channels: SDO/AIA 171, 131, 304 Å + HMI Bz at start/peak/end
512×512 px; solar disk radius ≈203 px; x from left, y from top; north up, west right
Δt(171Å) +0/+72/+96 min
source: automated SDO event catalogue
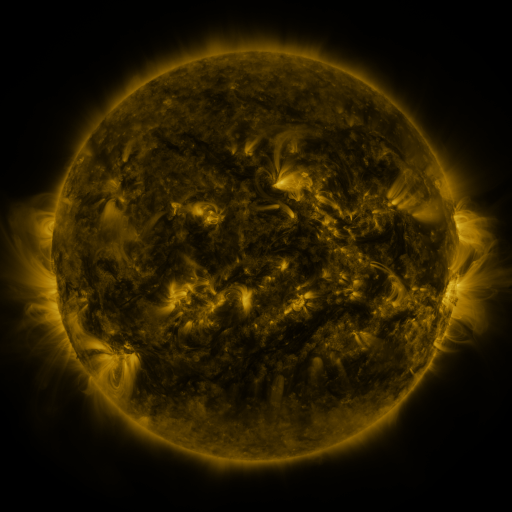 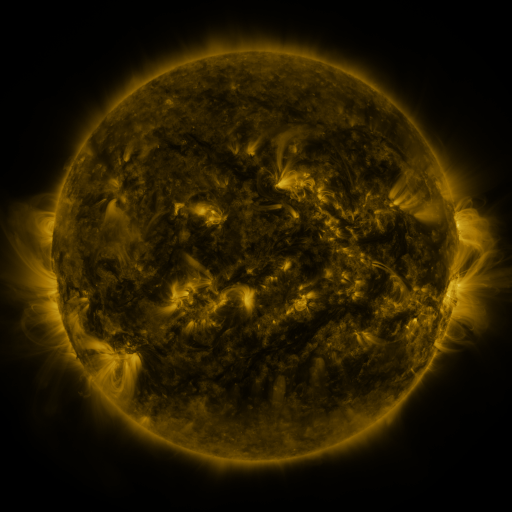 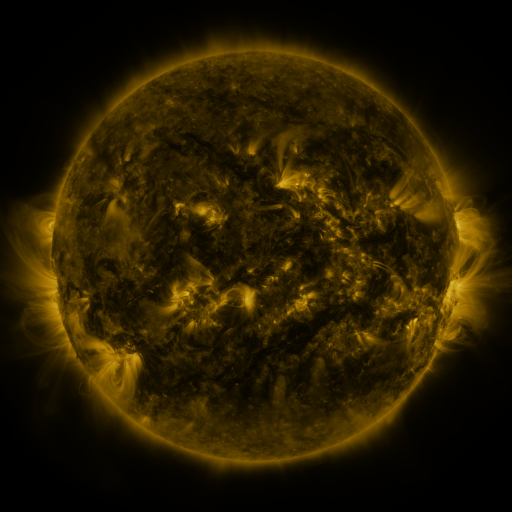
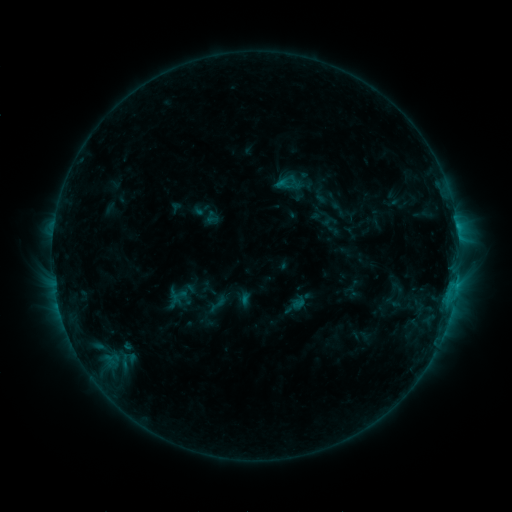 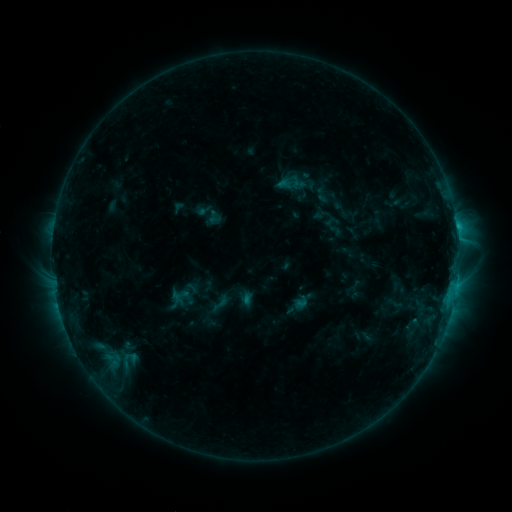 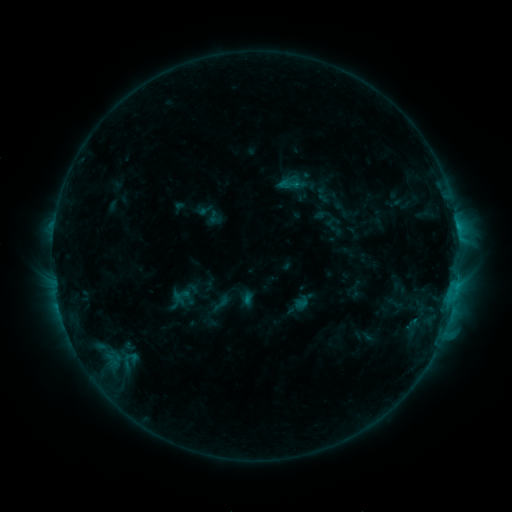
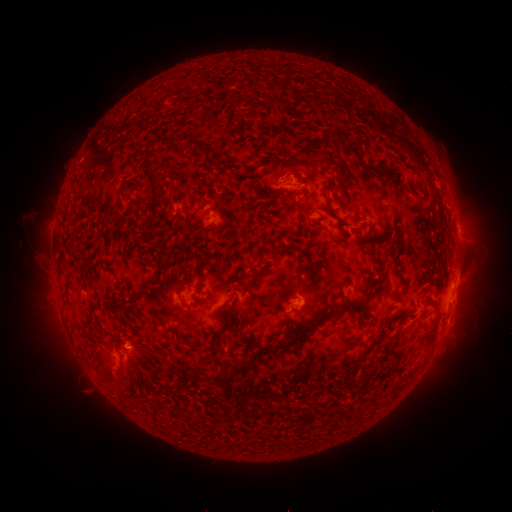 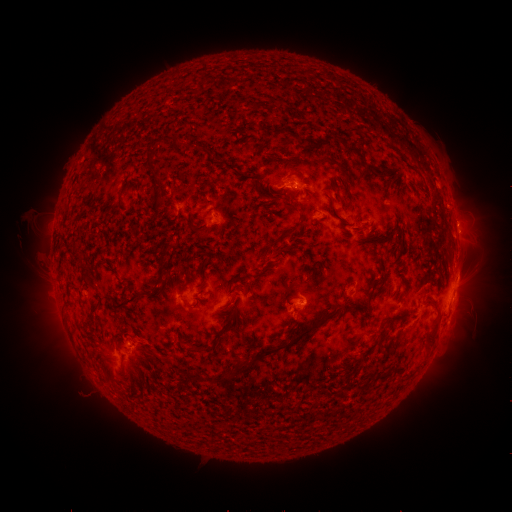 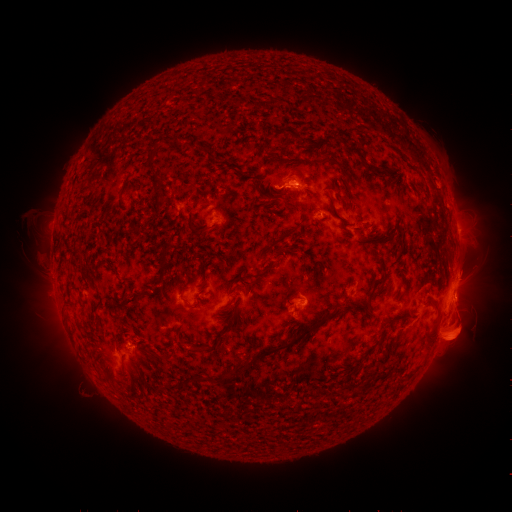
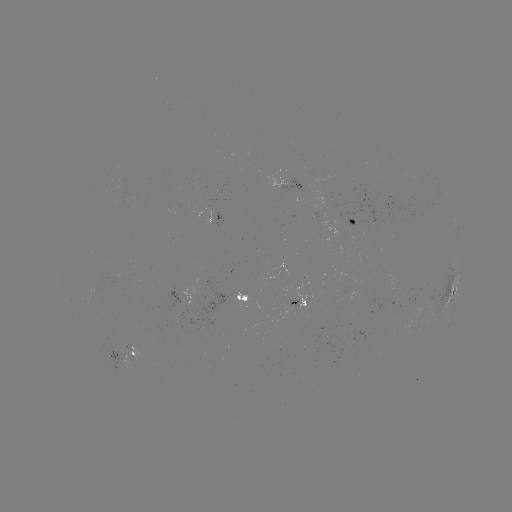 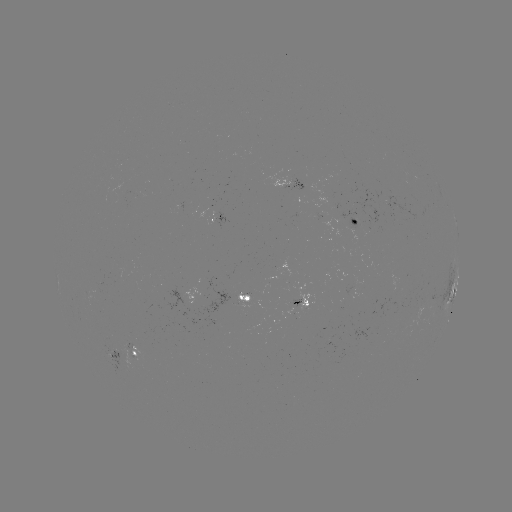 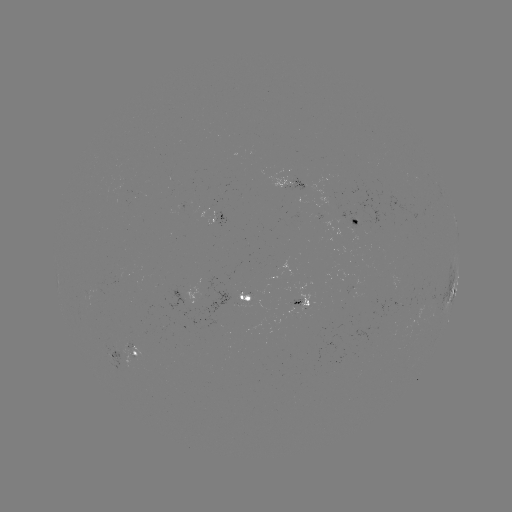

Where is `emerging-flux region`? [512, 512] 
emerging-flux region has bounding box [103, 352, 127, 368].